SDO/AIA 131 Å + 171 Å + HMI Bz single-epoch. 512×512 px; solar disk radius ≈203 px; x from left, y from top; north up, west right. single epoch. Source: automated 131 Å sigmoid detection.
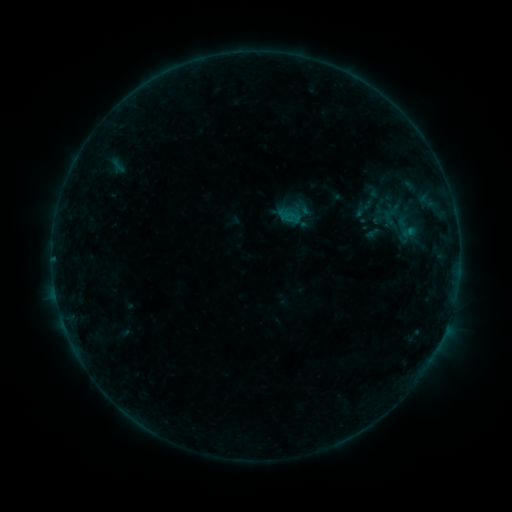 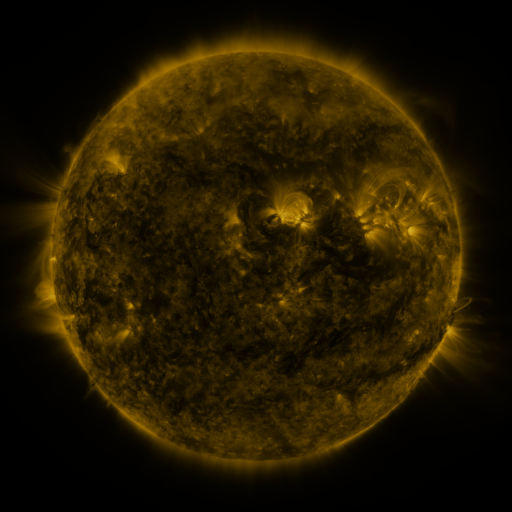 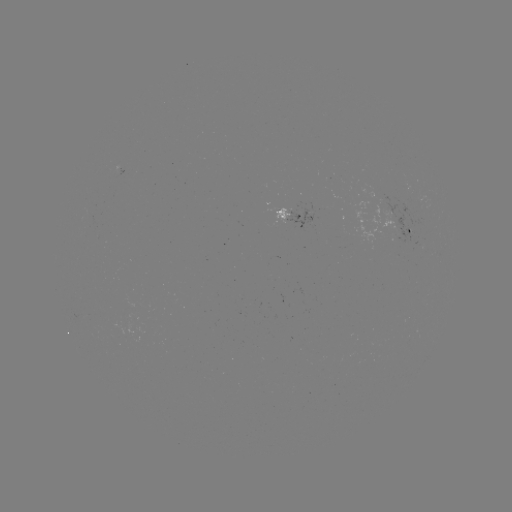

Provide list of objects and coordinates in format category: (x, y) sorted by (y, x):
sigmoid: (373, 198)
sigmoid: (364, 208)
